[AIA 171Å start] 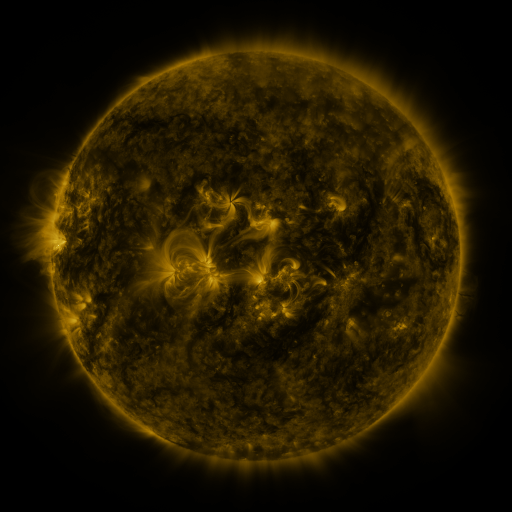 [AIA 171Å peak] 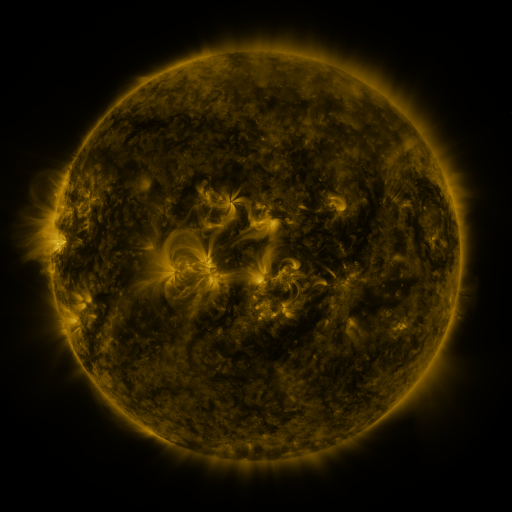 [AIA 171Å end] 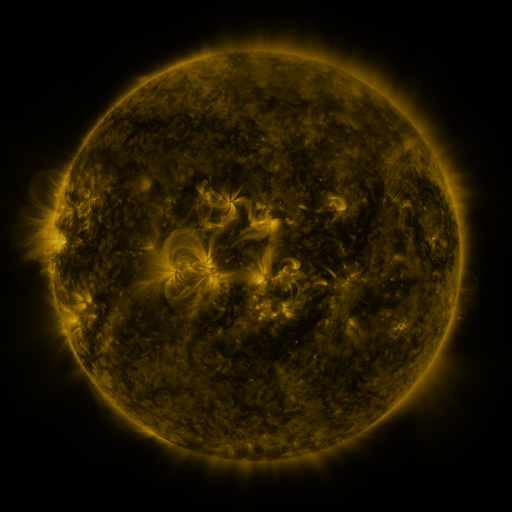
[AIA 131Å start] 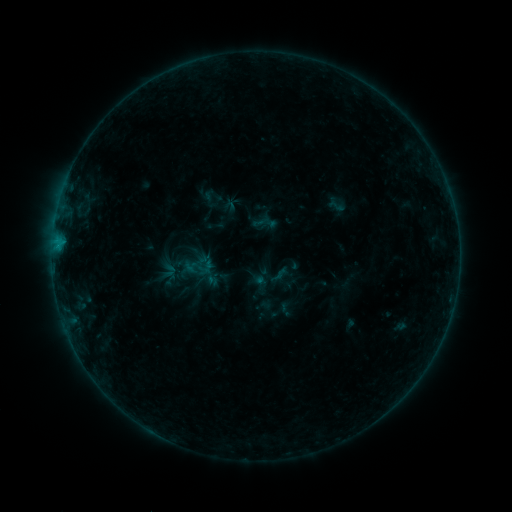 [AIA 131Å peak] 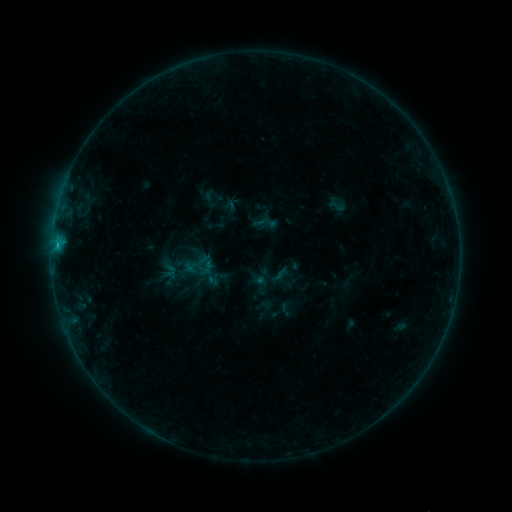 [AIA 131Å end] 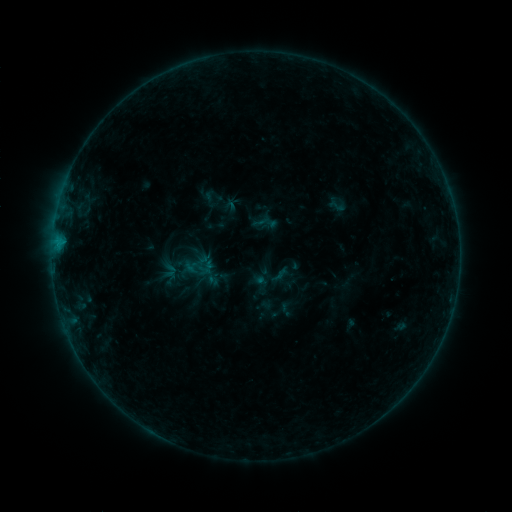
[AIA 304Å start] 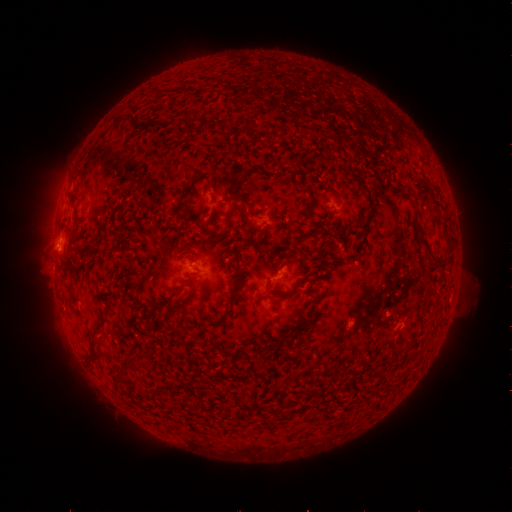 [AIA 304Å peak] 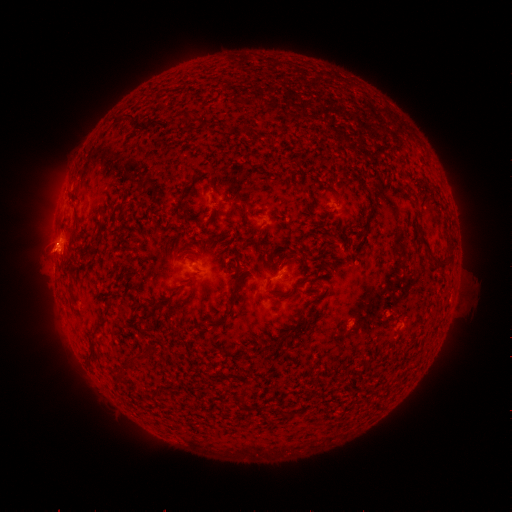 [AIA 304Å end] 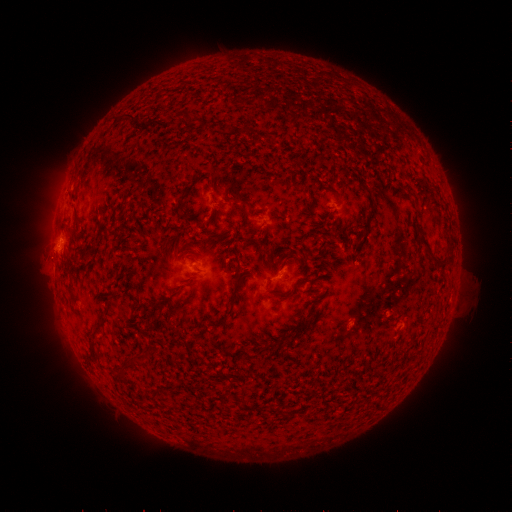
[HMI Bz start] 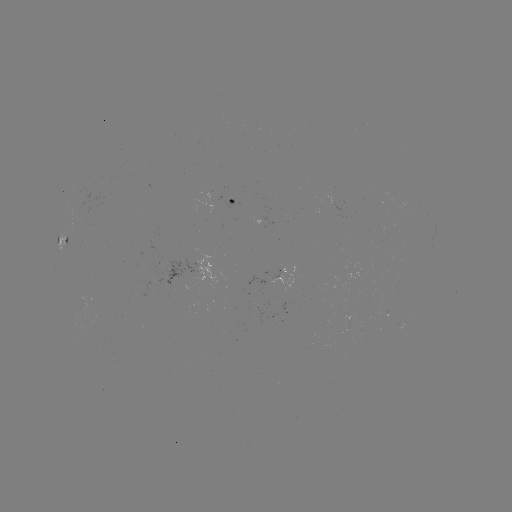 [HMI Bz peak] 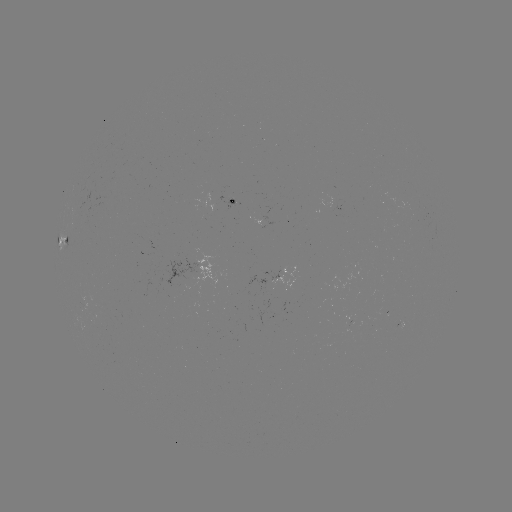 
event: flare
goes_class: B7.0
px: (57, 246)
